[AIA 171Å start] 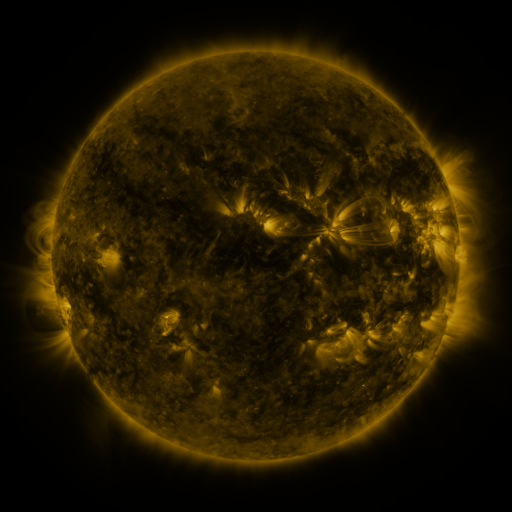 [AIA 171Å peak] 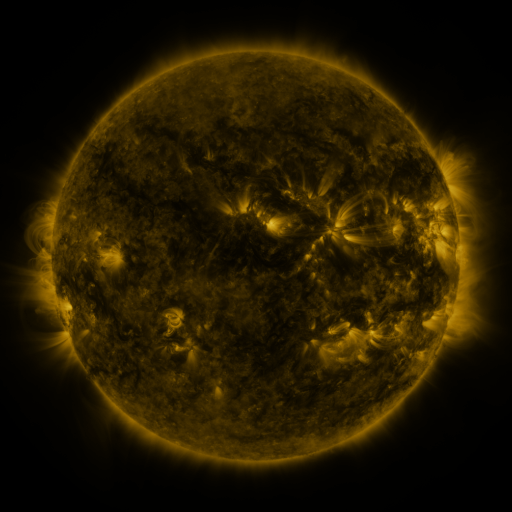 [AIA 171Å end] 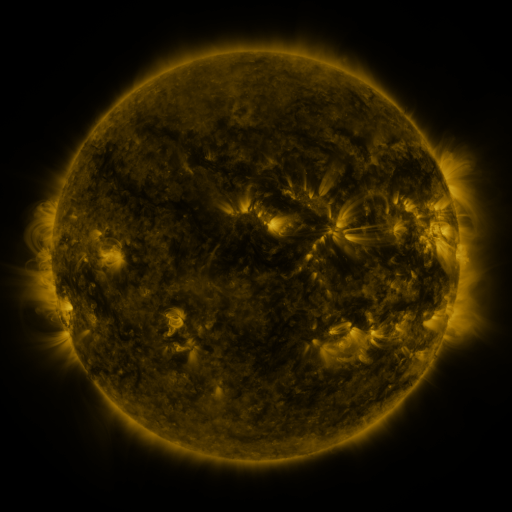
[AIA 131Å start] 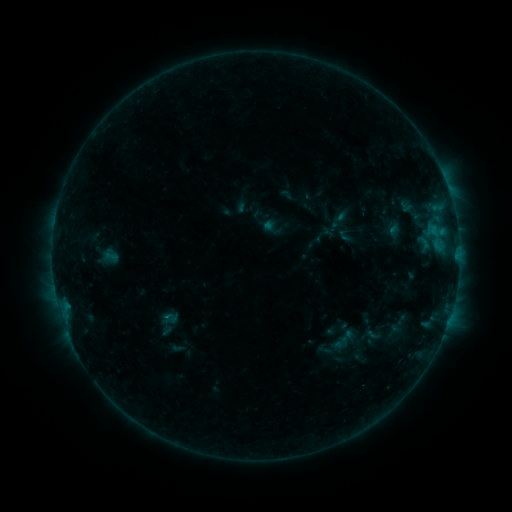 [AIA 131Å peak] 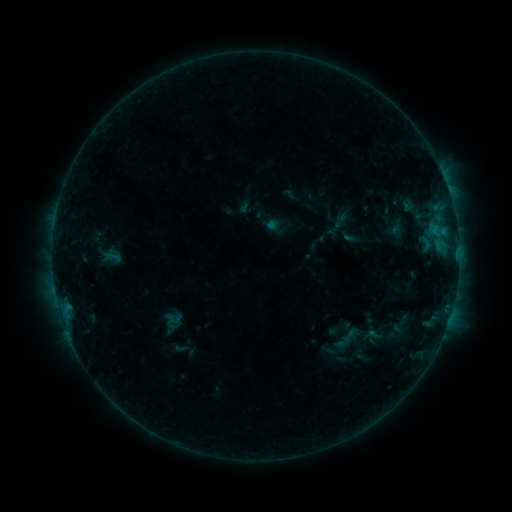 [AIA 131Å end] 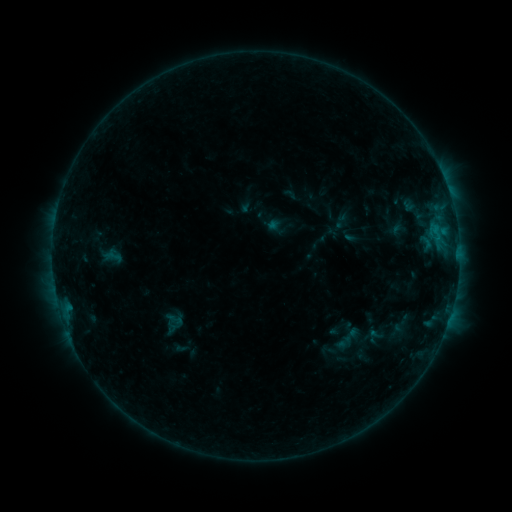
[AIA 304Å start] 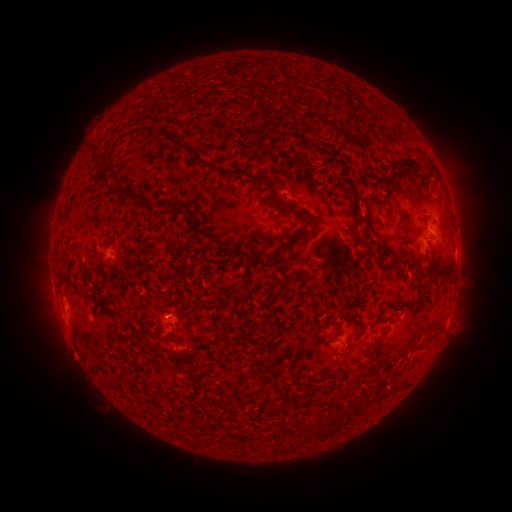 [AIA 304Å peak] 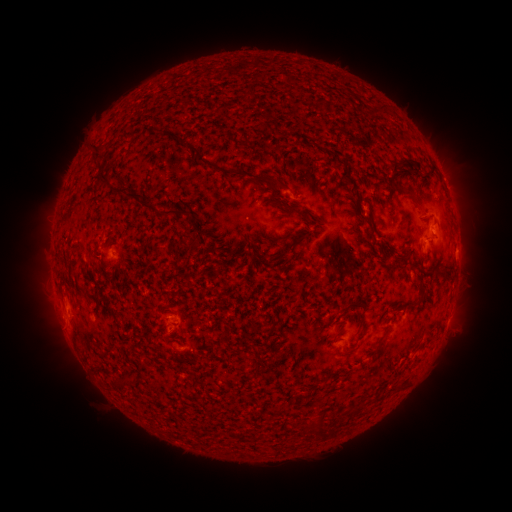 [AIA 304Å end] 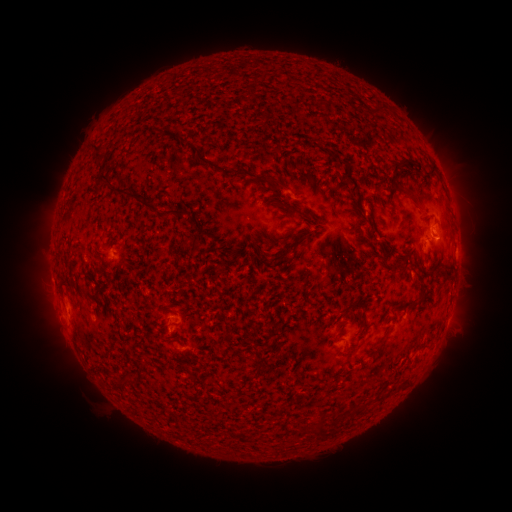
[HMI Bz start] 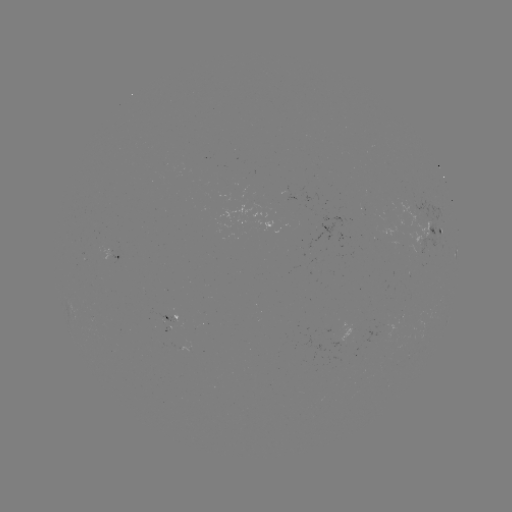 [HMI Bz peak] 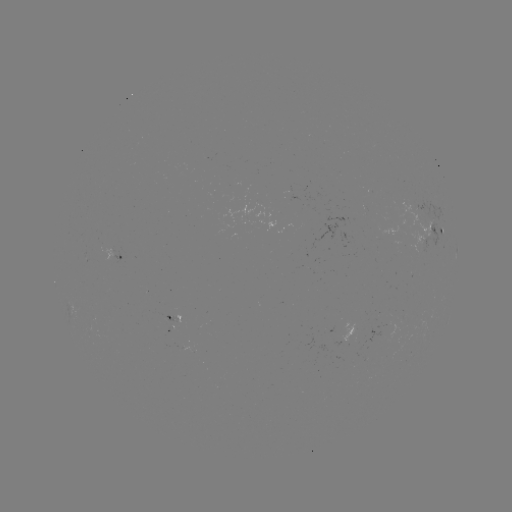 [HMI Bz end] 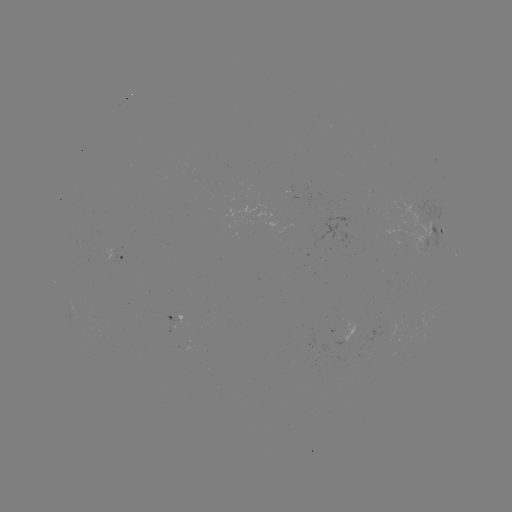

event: emerging-flux region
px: (193, 349)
